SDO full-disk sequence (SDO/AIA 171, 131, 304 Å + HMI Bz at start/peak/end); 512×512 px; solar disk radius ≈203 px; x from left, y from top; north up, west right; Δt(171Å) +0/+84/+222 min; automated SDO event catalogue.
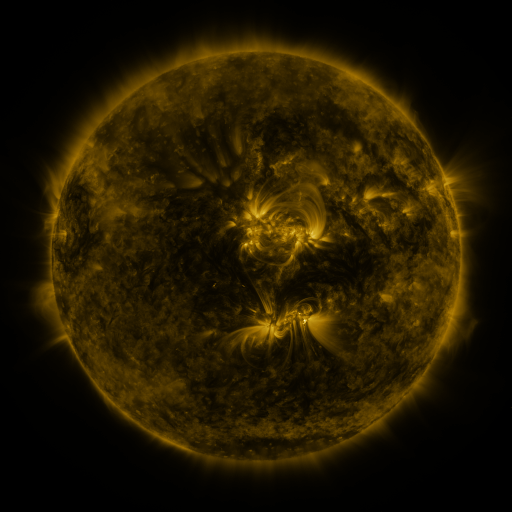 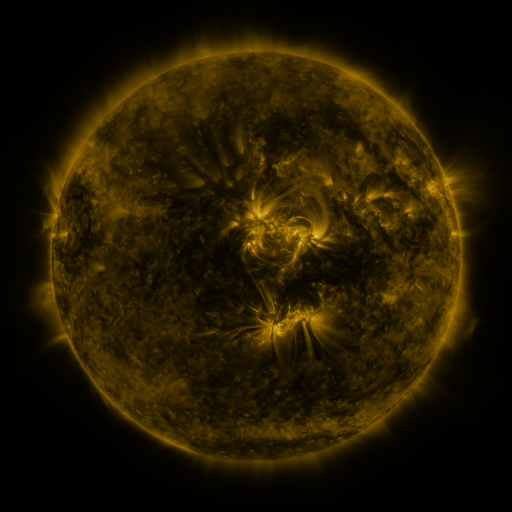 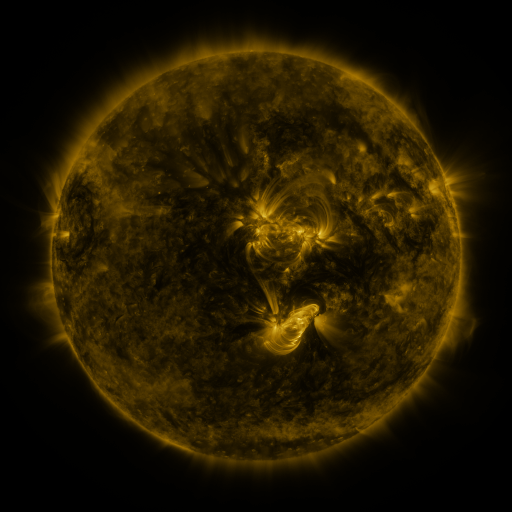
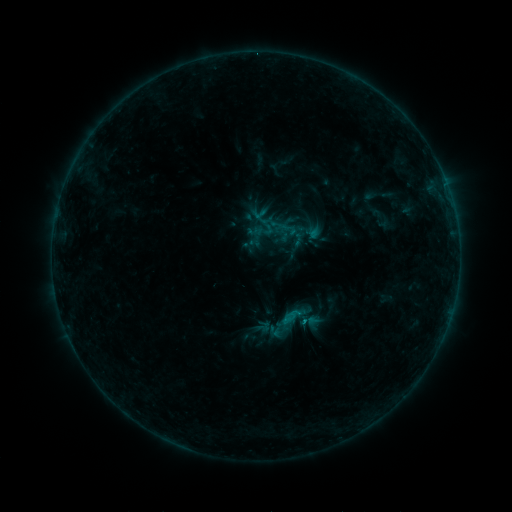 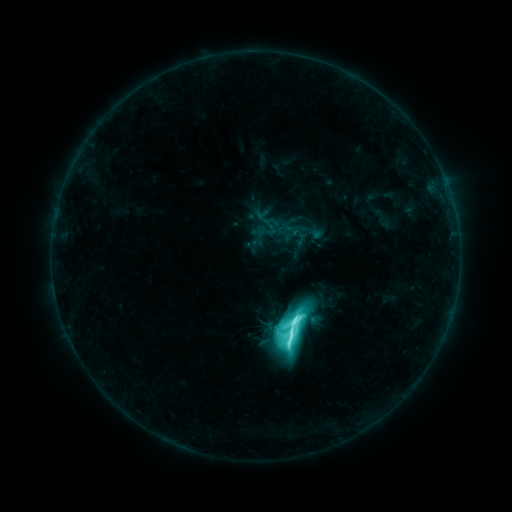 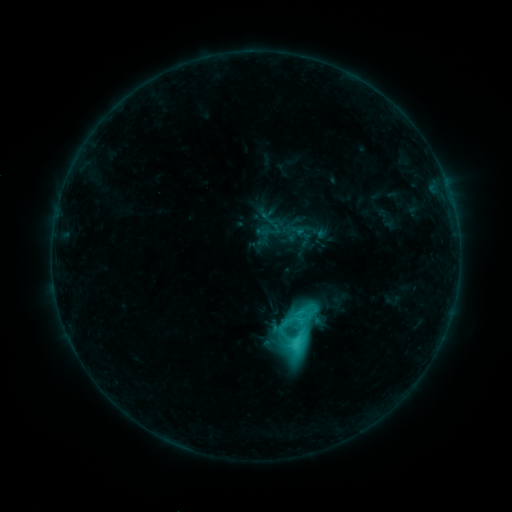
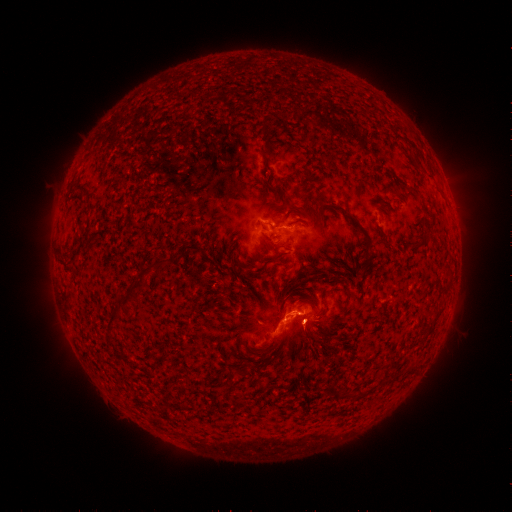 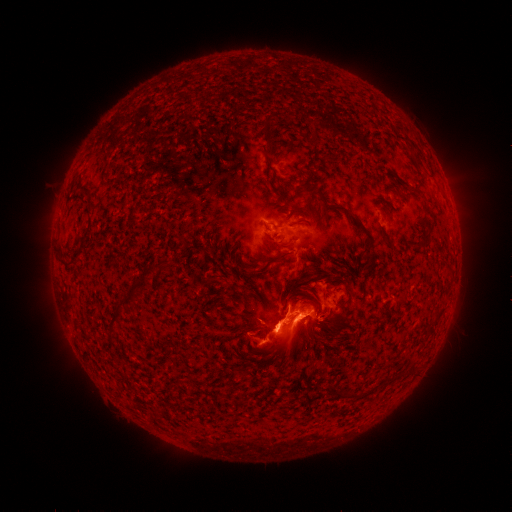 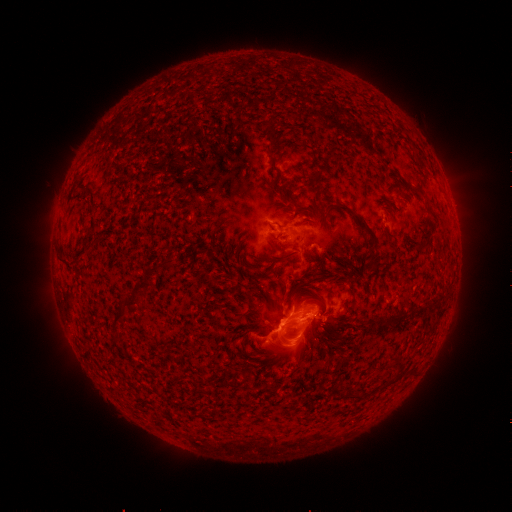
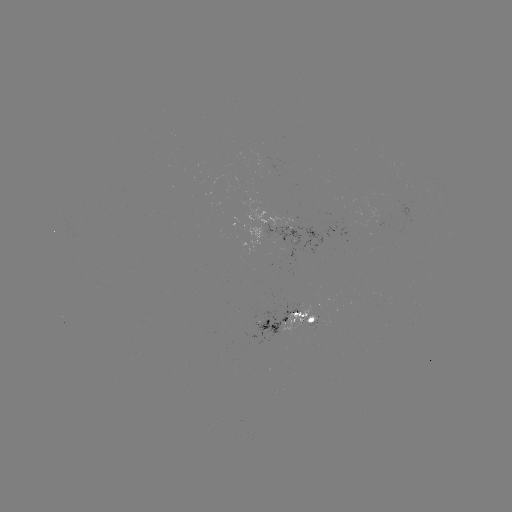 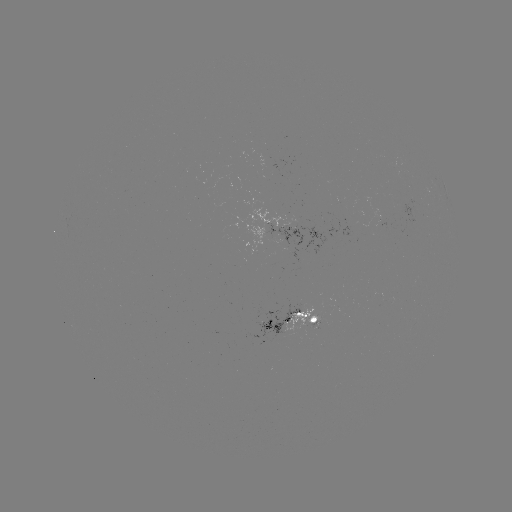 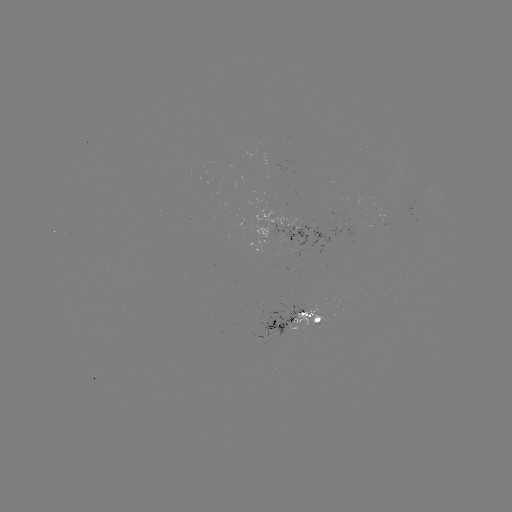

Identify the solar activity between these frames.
M1.8 flare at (291, 327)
